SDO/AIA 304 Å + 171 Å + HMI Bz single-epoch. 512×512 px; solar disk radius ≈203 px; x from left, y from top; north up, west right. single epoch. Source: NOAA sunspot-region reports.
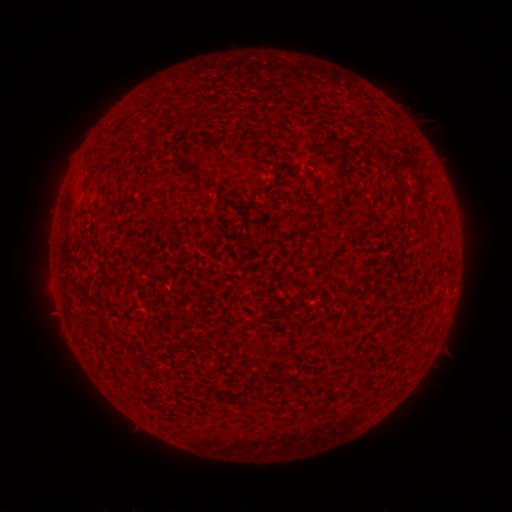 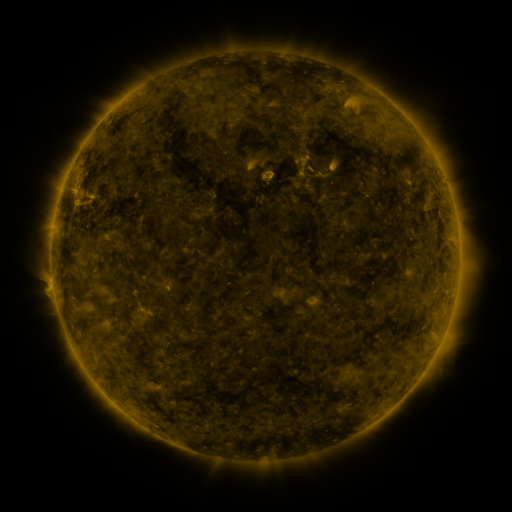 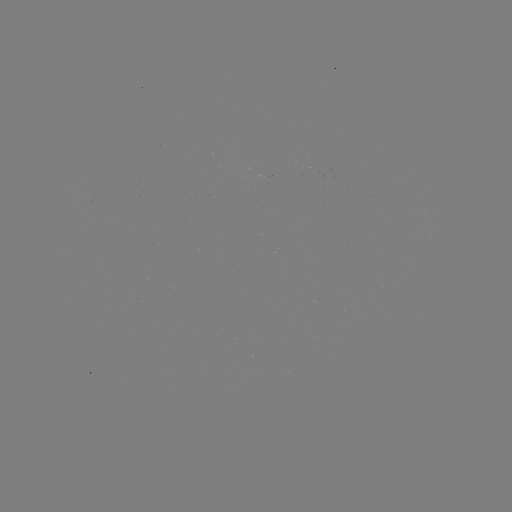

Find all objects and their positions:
(none)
